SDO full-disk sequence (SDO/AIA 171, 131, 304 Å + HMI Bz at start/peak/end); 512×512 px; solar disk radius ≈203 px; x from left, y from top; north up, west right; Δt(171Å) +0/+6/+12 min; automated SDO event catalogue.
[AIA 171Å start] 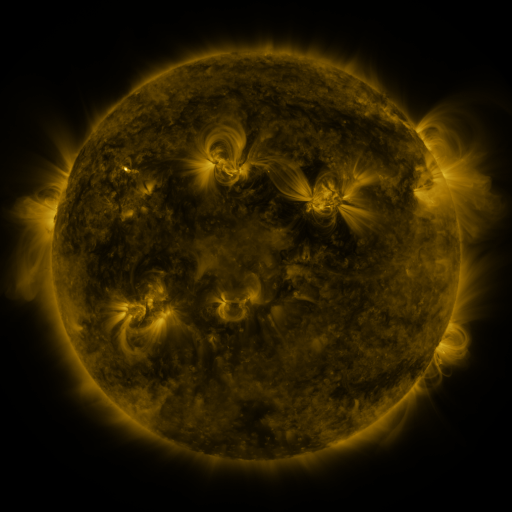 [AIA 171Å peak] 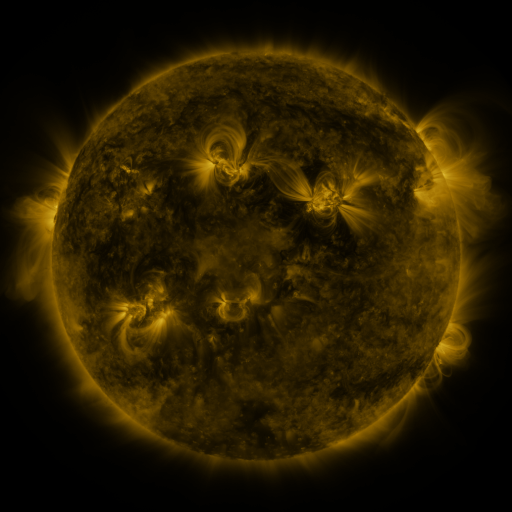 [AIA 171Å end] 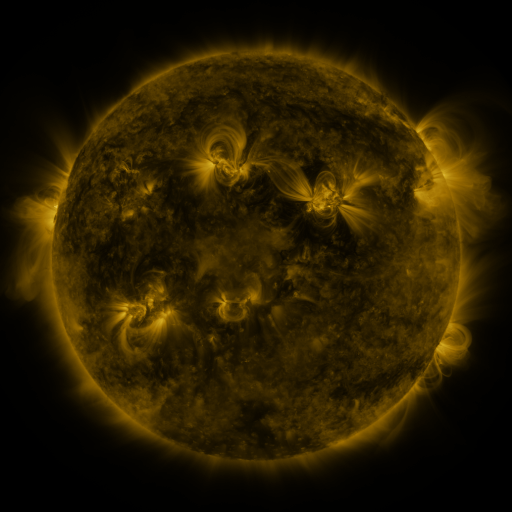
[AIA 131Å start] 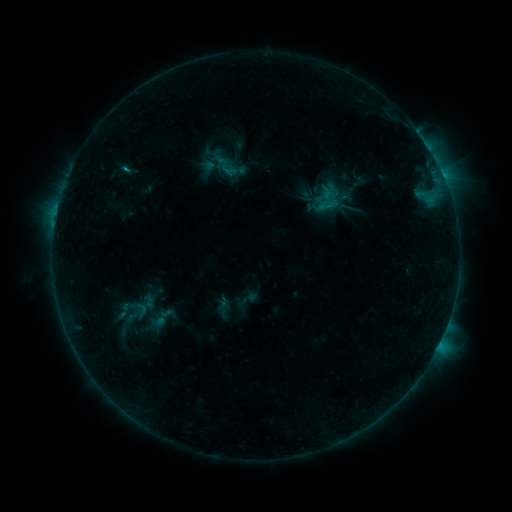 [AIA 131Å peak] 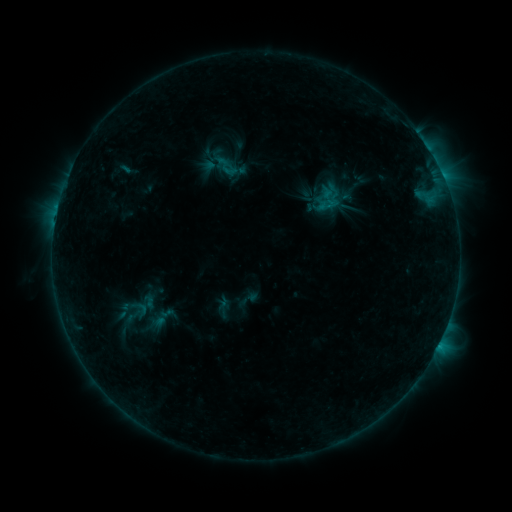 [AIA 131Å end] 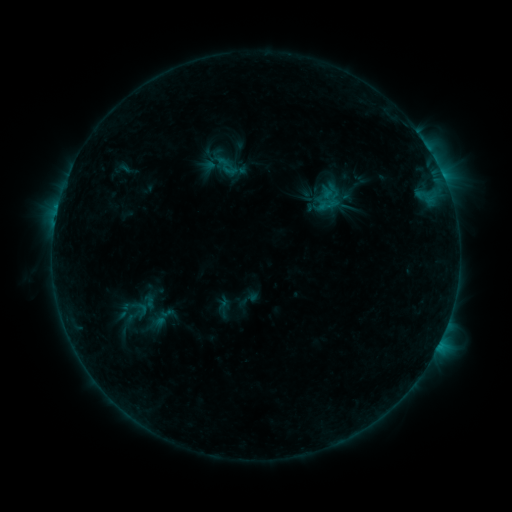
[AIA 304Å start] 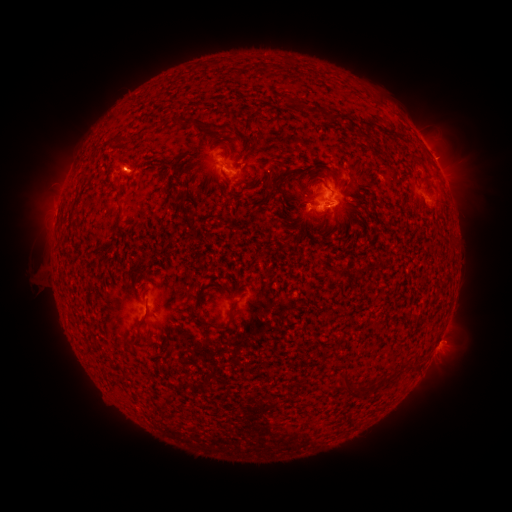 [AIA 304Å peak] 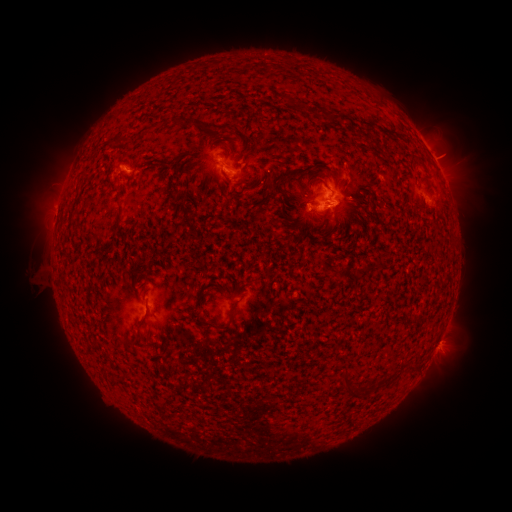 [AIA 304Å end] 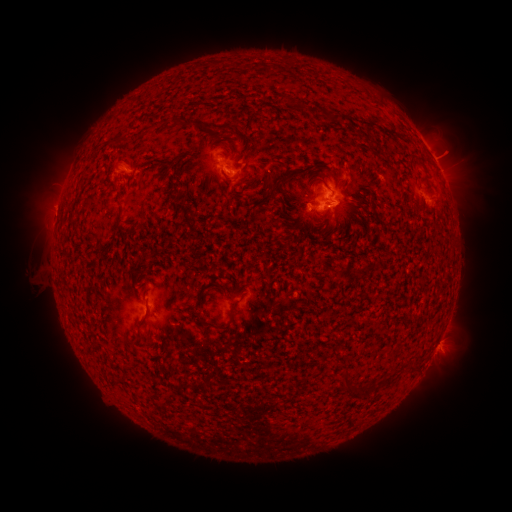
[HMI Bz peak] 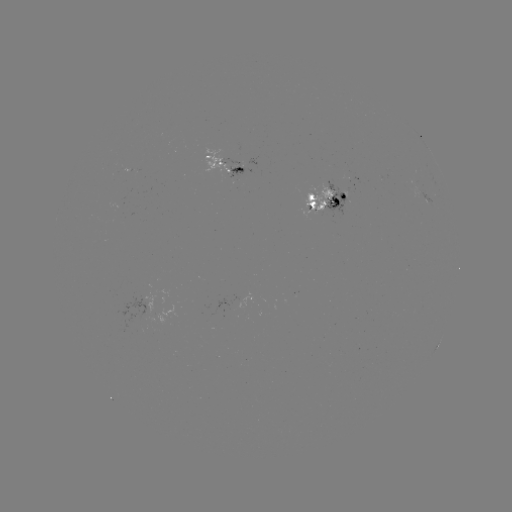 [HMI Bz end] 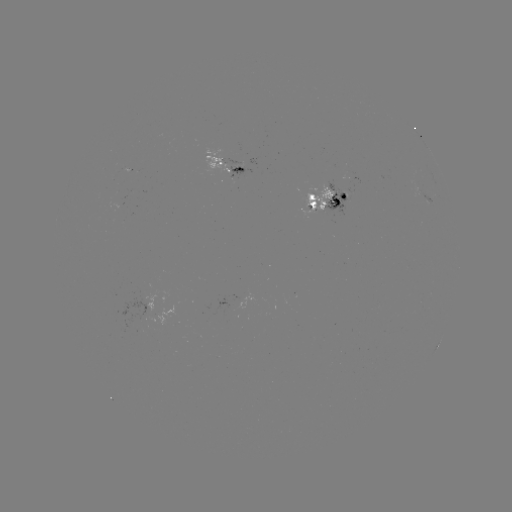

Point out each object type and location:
eruption: (450, 151)
